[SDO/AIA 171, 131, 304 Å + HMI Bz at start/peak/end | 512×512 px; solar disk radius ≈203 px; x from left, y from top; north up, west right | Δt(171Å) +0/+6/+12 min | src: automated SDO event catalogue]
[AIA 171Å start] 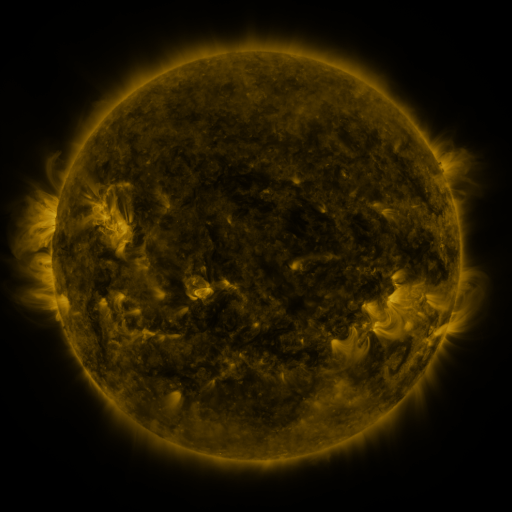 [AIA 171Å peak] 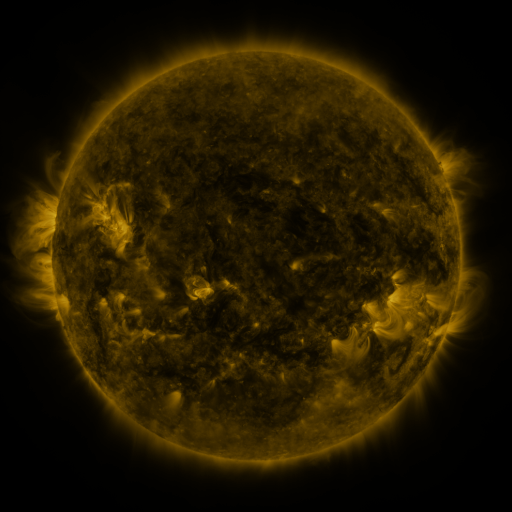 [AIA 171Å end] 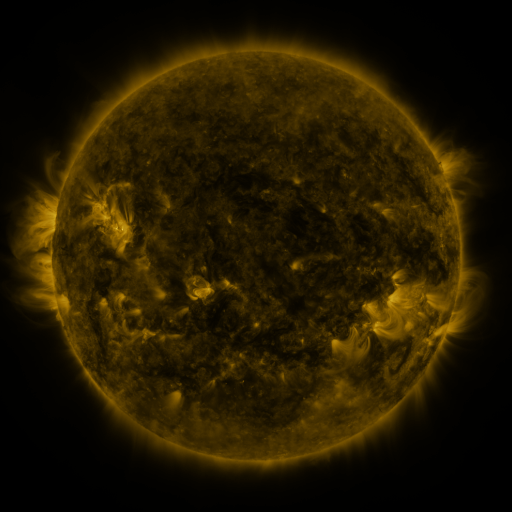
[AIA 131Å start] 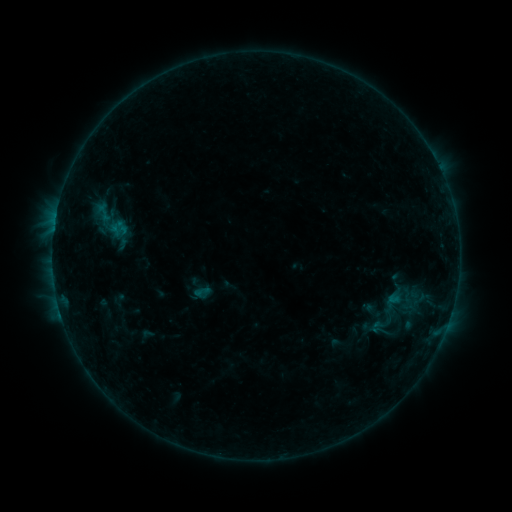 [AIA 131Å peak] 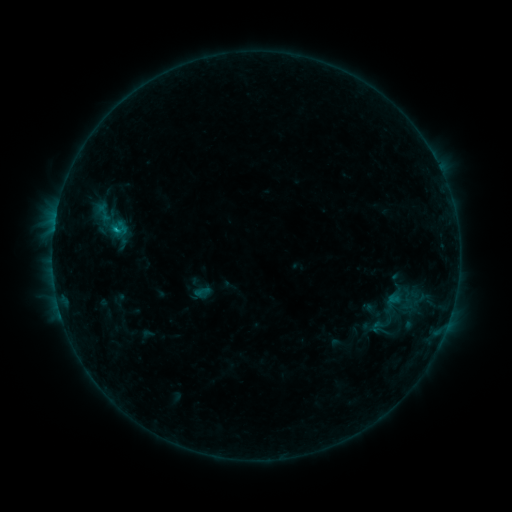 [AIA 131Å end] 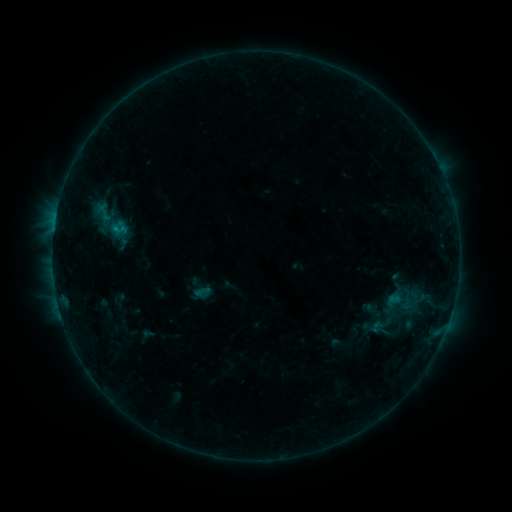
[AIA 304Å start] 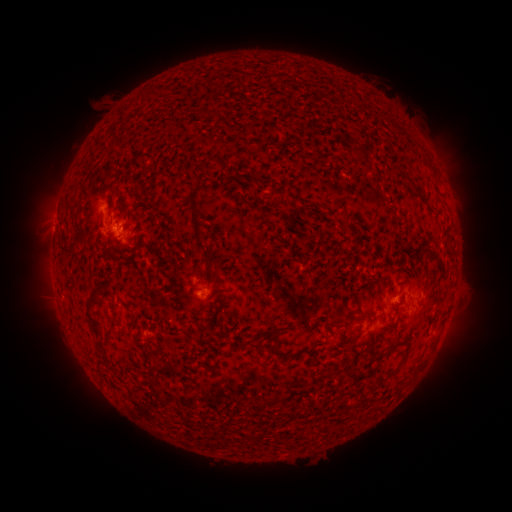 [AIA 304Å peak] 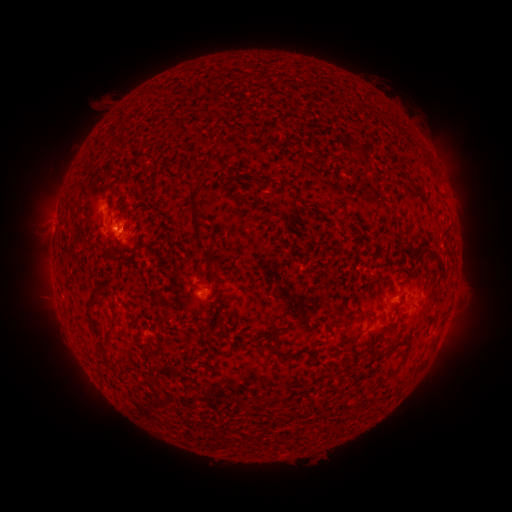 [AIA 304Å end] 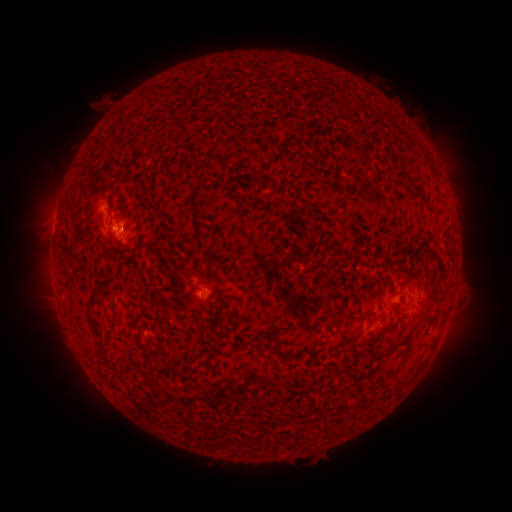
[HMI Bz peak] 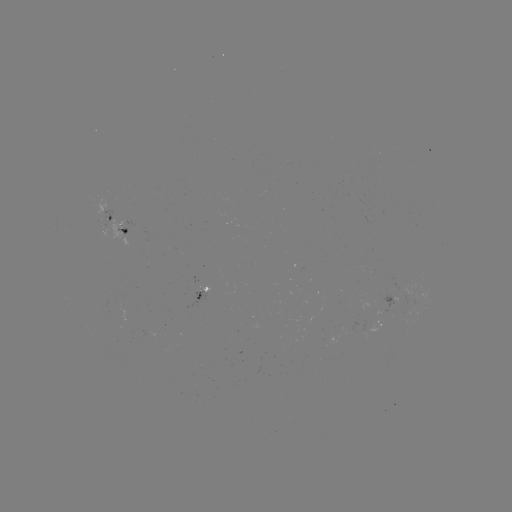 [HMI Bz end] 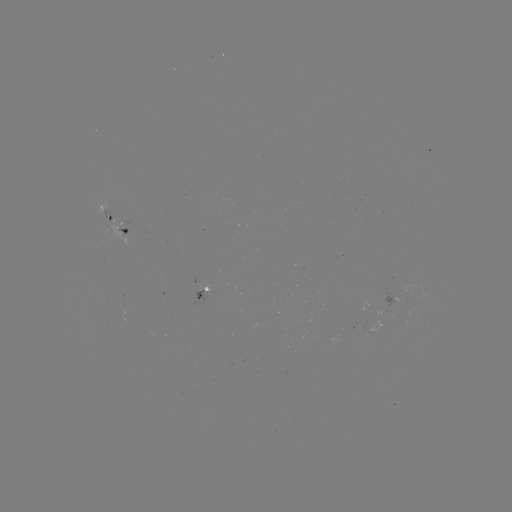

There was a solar flare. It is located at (116, 229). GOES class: B9.6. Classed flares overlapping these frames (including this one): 1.